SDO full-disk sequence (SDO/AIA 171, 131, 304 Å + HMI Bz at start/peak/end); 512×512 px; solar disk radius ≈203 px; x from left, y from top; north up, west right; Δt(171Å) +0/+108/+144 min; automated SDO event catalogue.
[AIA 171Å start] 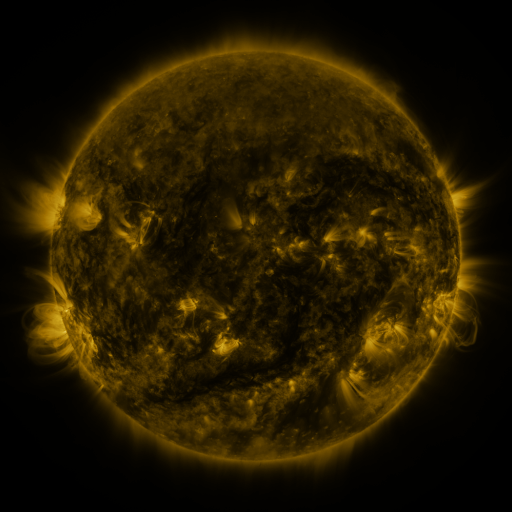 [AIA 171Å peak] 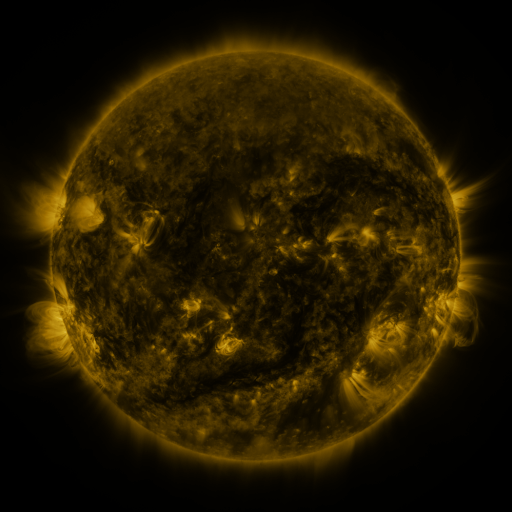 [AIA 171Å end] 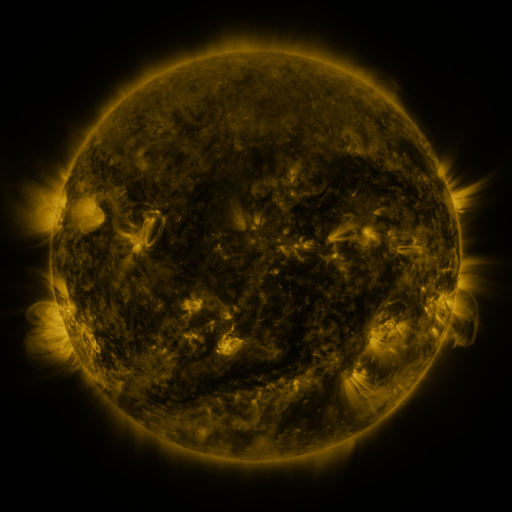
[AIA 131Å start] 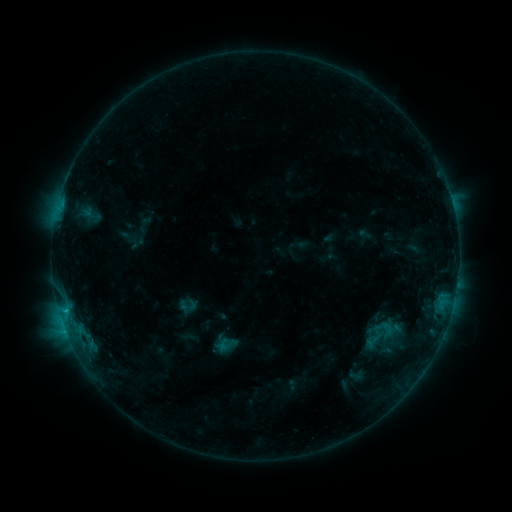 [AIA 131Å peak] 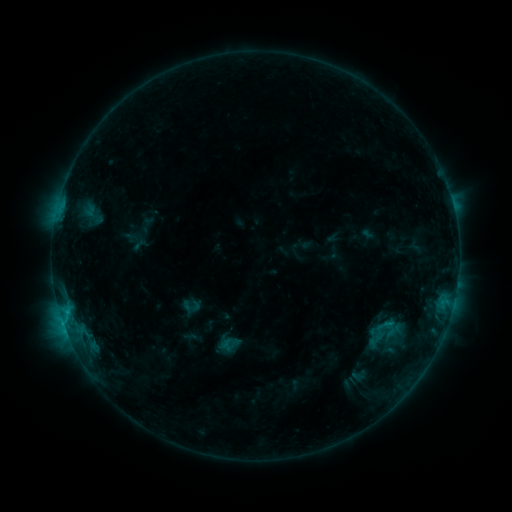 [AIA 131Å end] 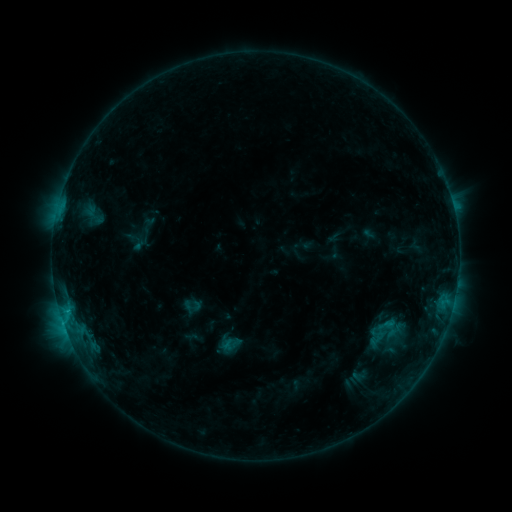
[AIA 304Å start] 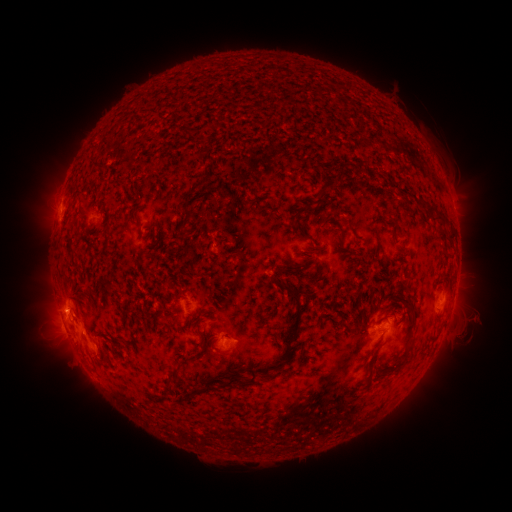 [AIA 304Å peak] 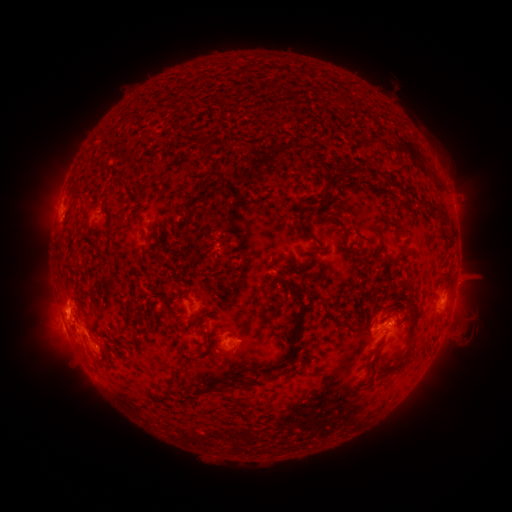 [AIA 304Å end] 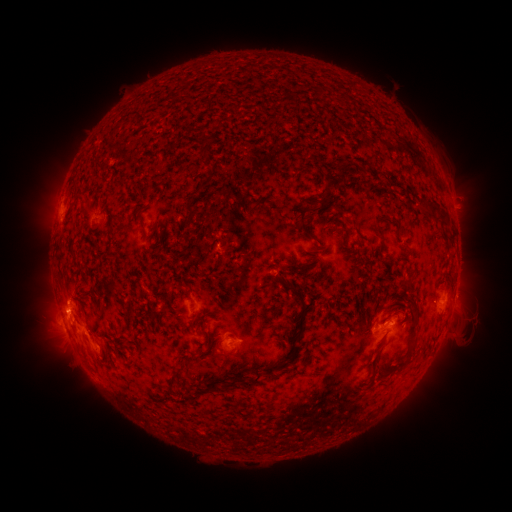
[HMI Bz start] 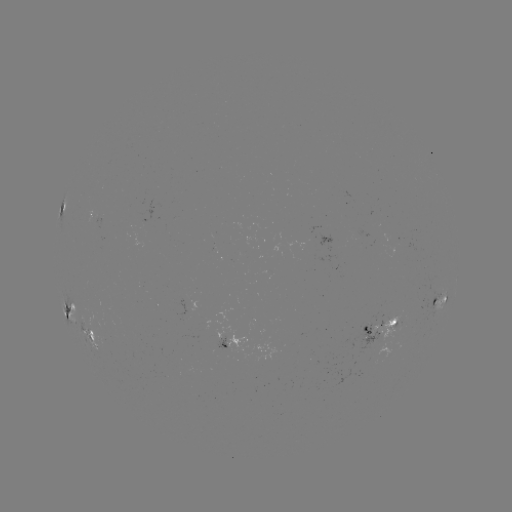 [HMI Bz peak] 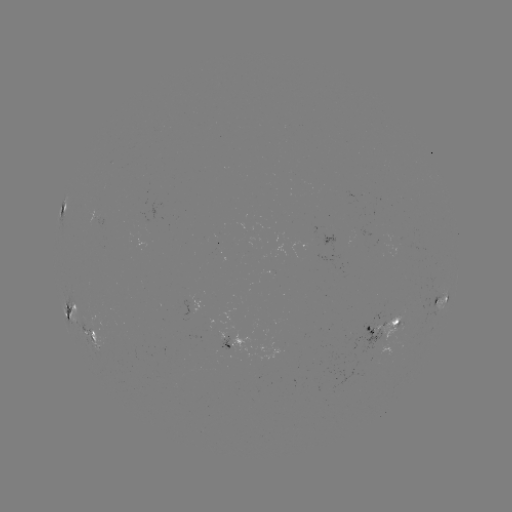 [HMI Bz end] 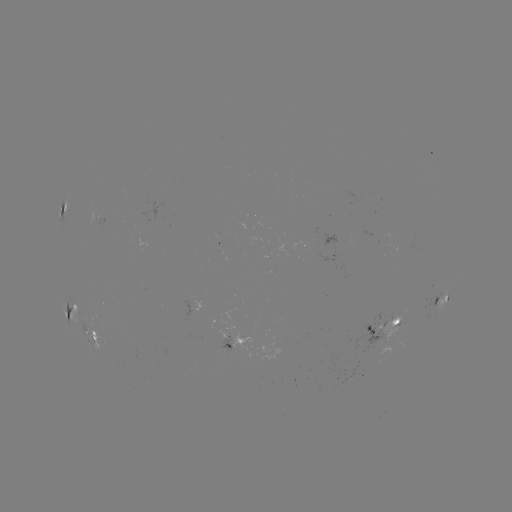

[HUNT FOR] emerging-flux region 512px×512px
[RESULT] (395, 320)